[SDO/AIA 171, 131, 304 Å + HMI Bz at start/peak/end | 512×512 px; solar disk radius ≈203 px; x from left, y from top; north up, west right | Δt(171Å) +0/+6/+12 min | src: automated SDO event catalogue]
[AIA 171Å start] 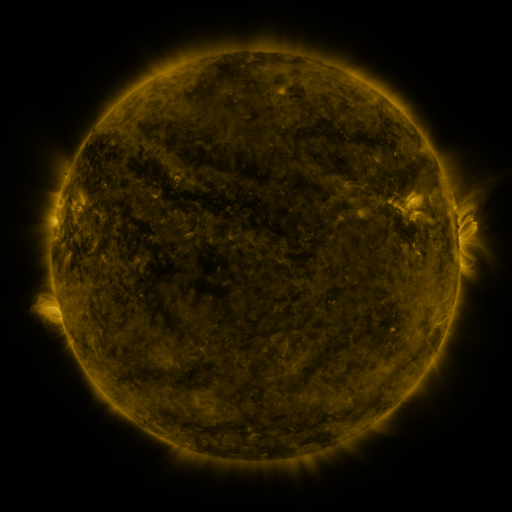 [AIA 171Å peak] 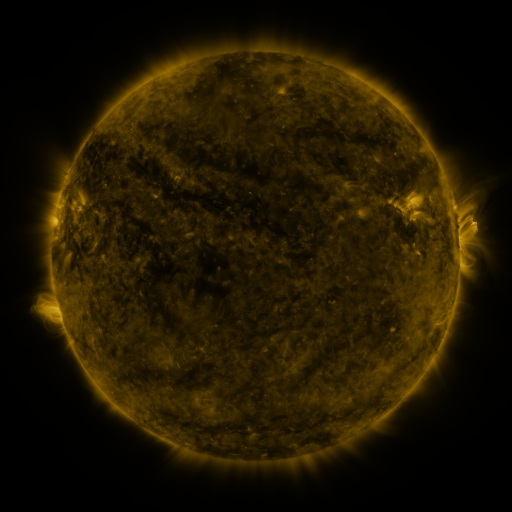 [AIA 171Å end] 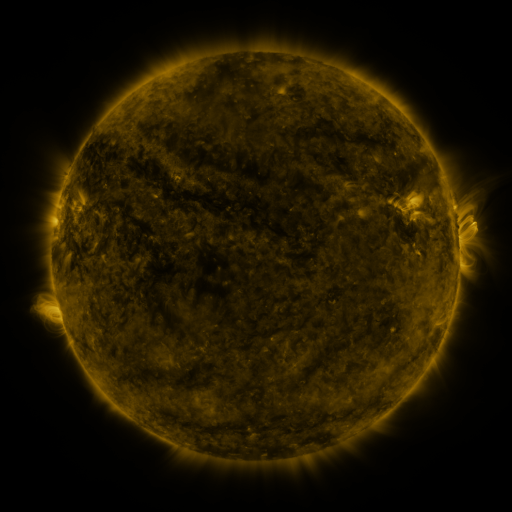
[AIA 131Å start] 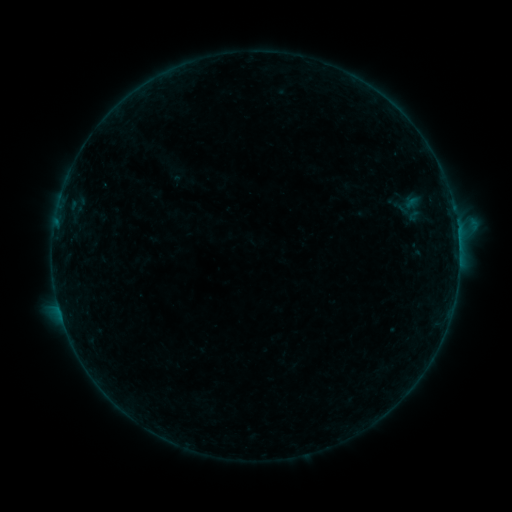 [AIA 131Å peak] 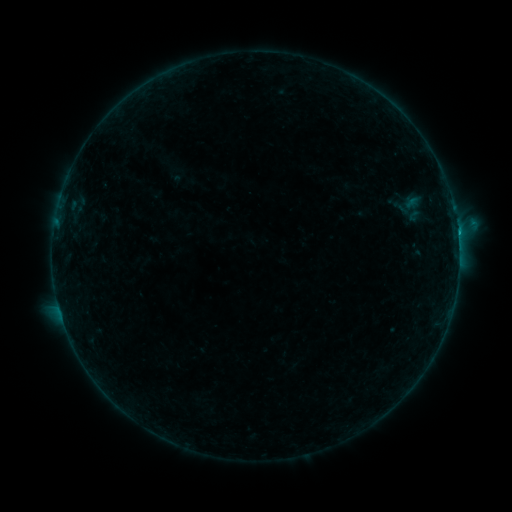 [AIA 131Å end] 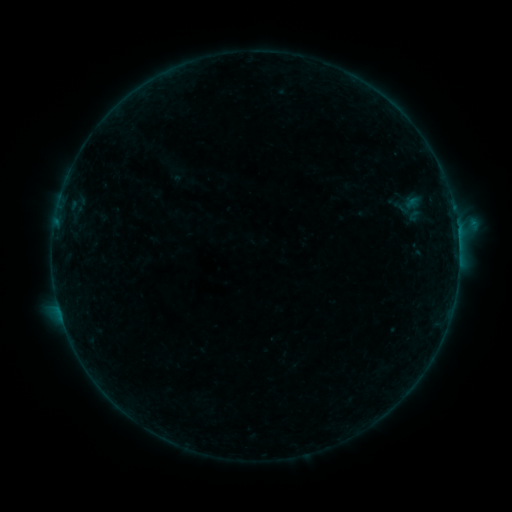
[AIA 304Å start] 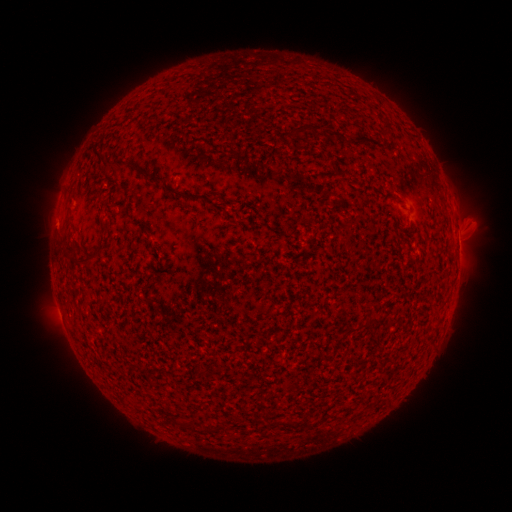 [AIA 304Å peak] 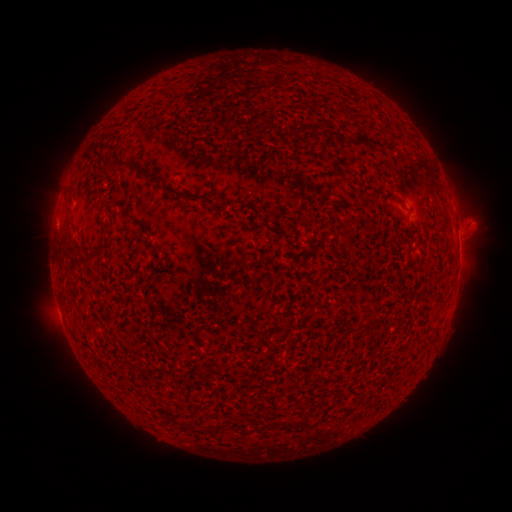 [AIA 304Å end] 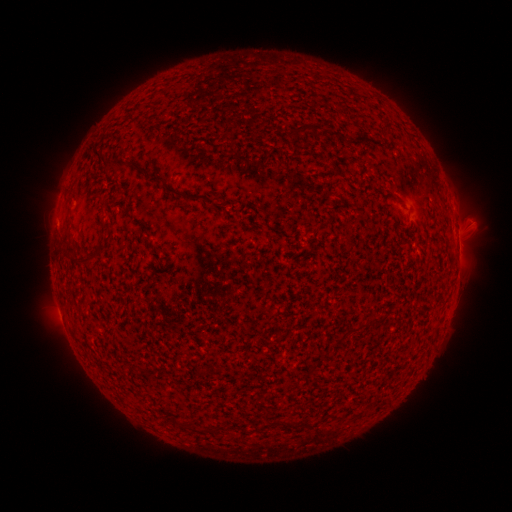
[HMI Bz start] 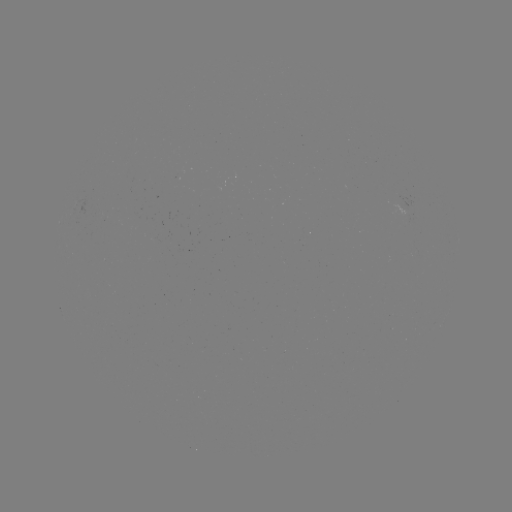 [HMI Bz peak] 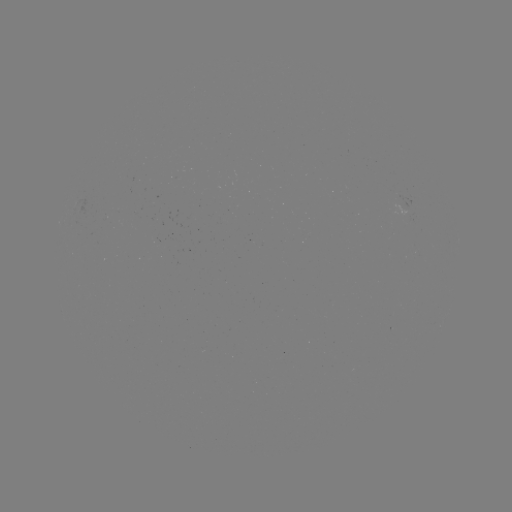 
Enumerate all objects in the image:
B4.8 flare: (458, 235)
